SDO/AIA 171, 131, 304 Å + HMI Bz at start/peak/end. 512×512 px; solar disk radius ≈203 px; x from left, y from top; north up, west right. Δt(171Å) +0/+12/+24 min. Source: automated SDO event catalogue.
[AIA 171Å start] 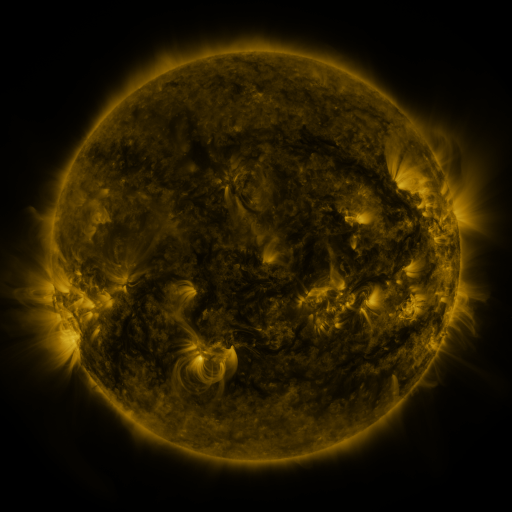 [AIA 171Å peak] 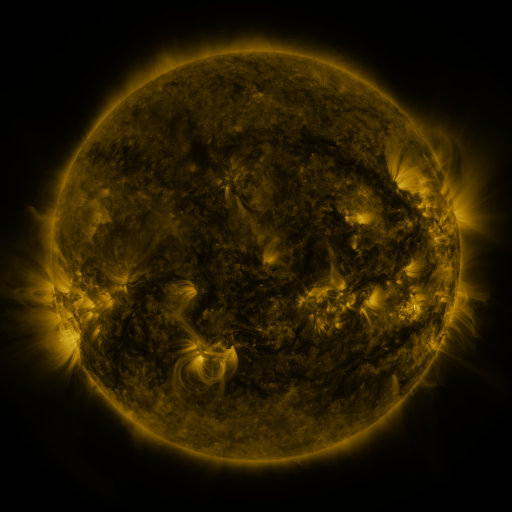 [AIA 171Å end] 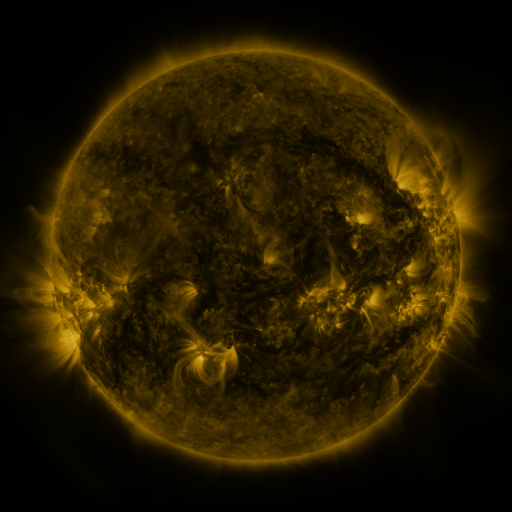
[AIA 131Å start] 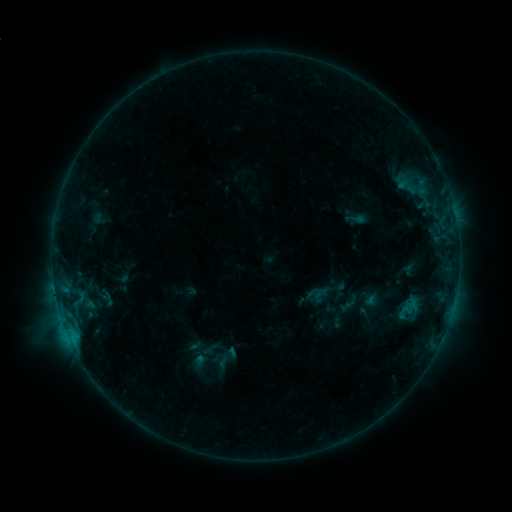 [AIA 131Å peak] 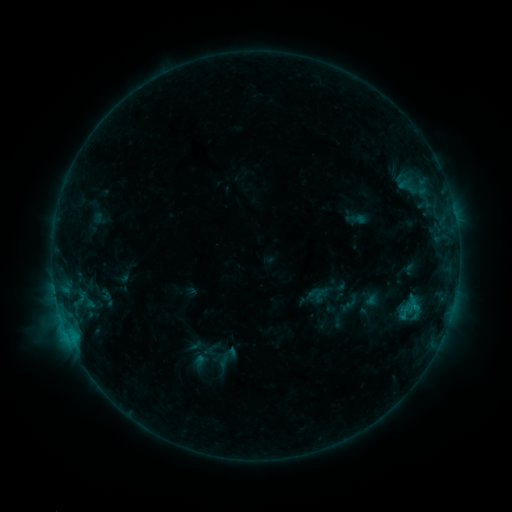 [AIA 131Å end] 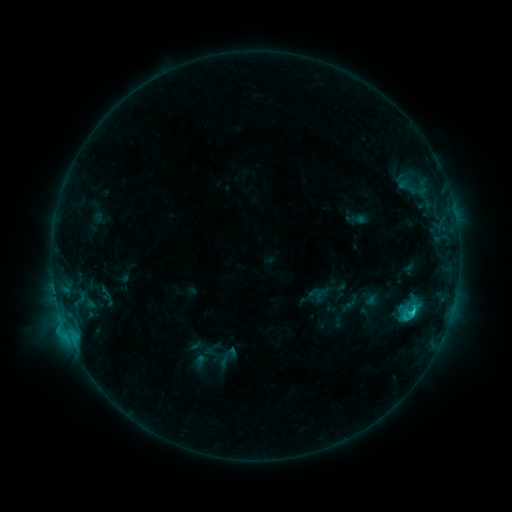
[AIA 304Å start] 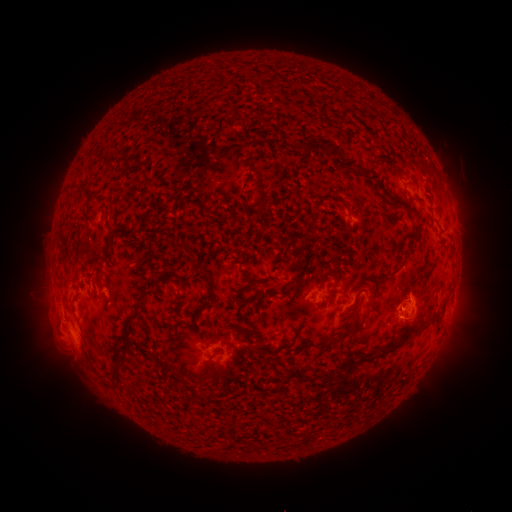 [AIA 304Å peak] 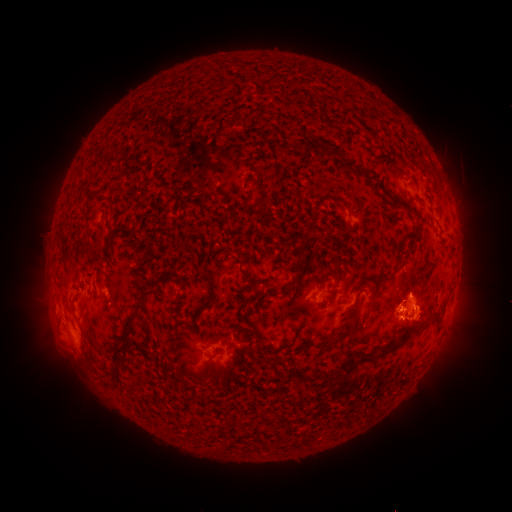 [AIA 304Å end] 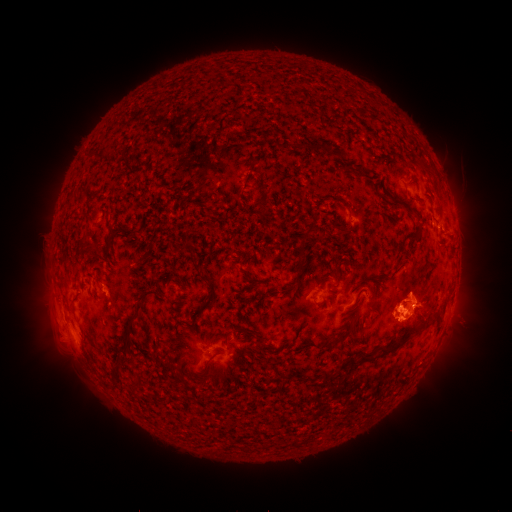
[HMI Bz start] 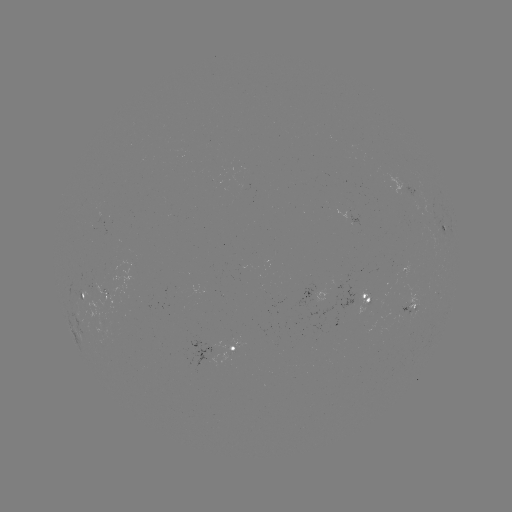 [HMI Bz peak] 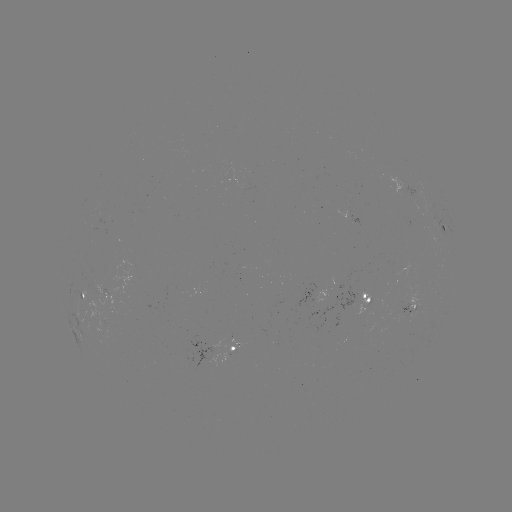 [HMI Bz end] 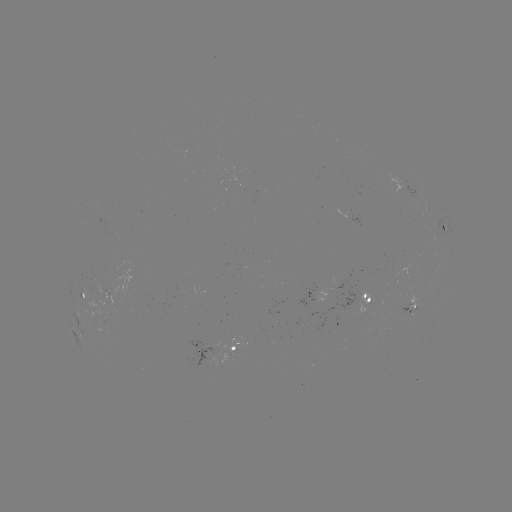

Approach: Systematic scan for eruption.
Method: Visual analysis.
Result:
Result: eruption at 433,317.